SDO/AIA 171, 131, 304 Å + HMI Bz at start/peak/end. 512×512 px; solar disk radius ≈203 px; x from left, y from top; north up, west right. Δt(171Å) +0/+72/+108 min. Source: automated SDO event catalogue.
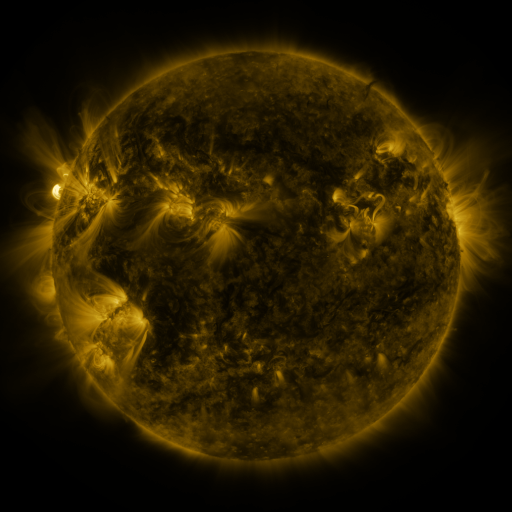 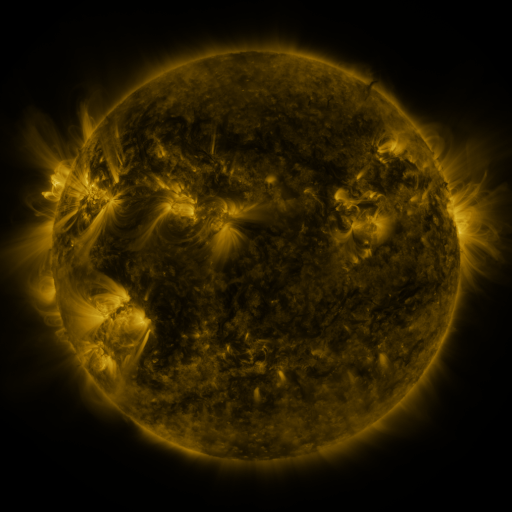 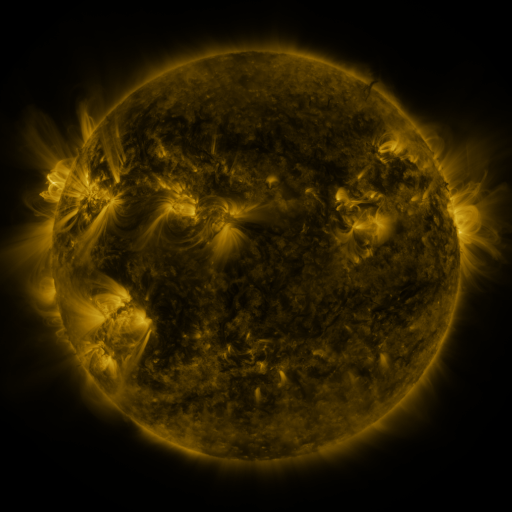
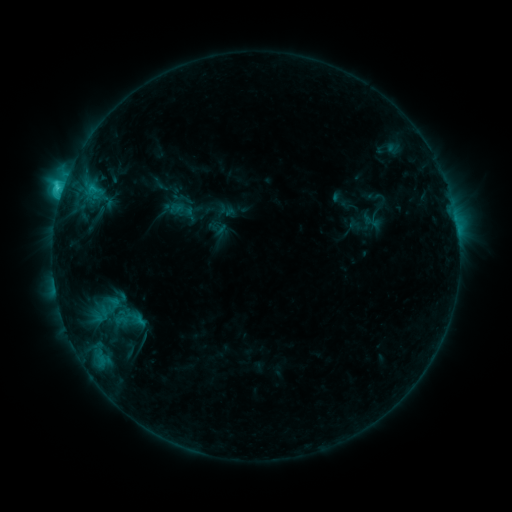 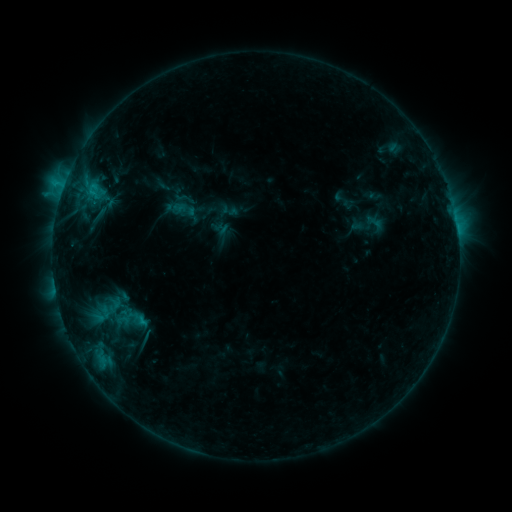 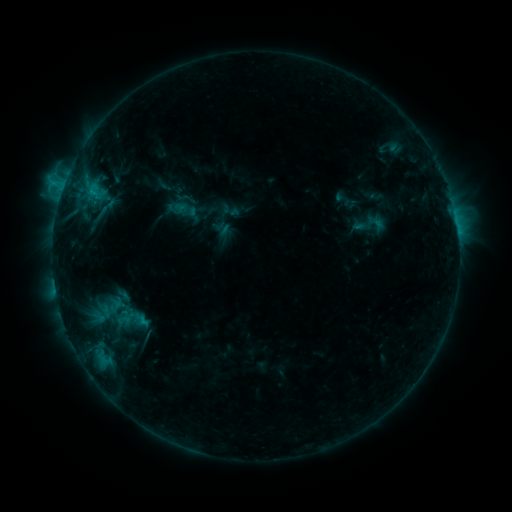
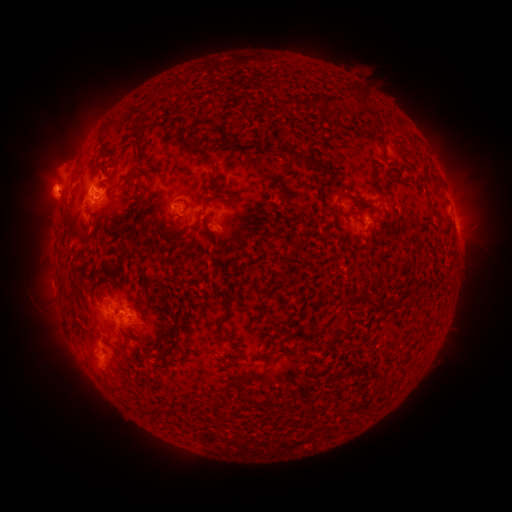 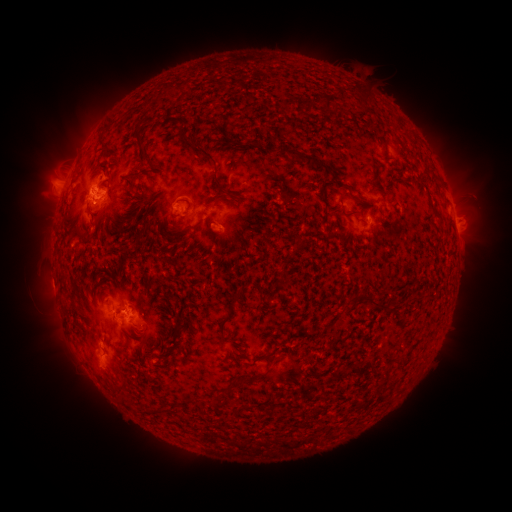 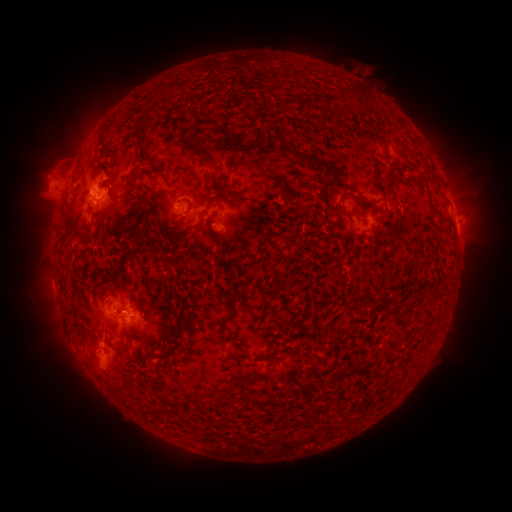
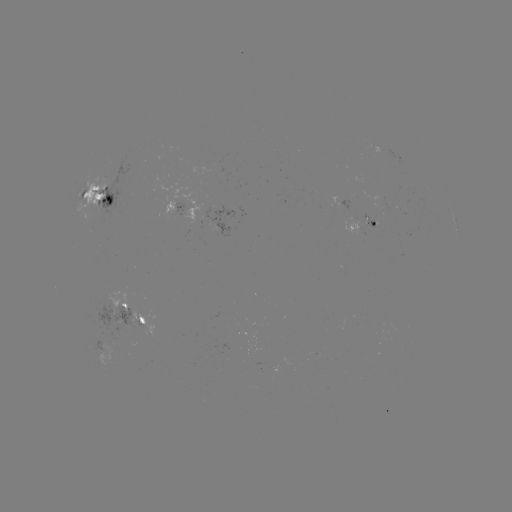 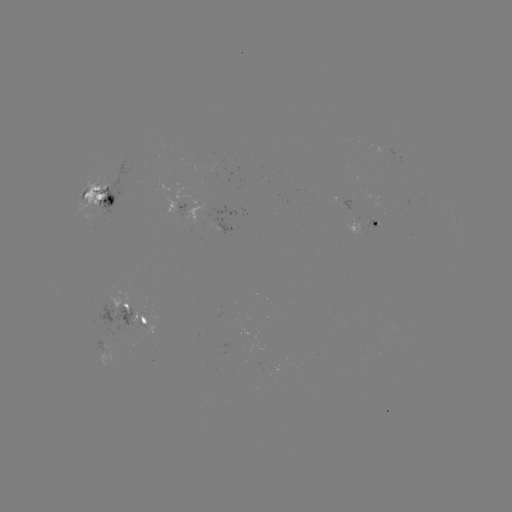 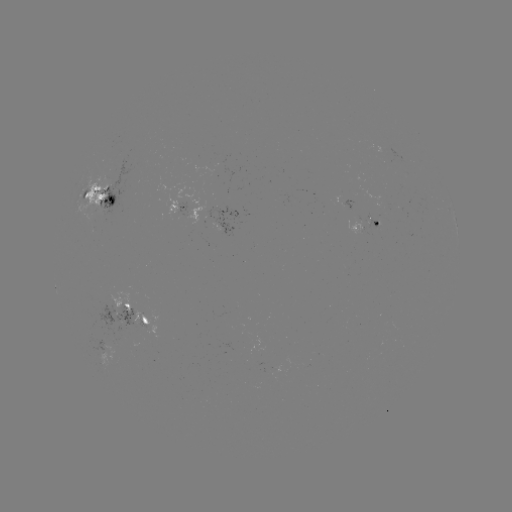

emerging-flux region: [367, 145, 403, 158]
